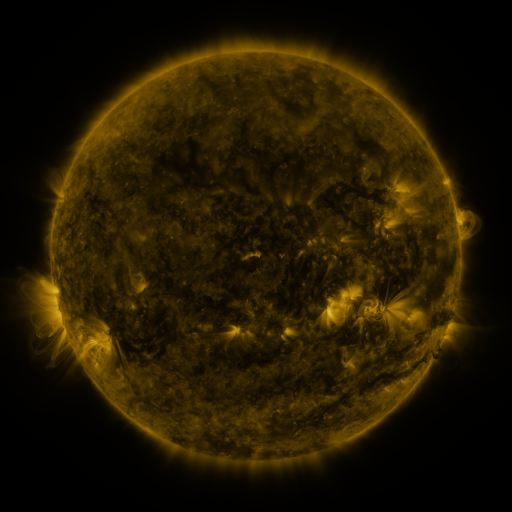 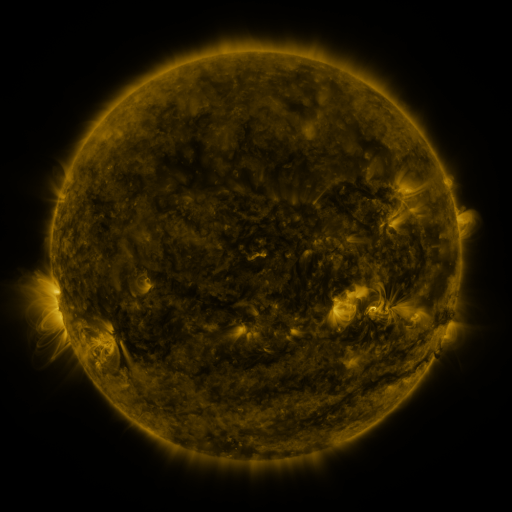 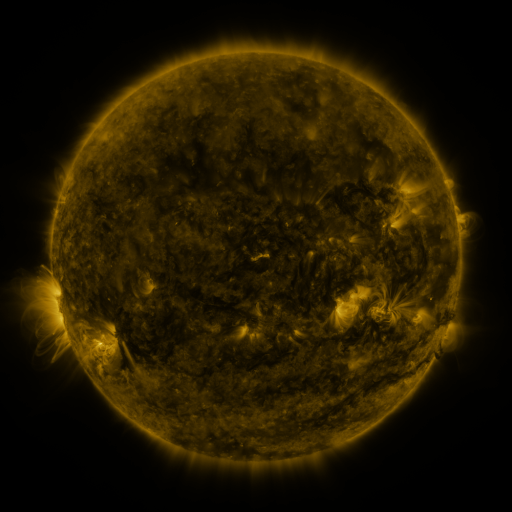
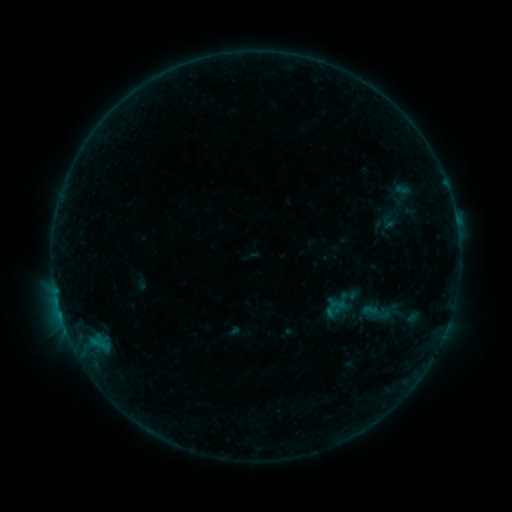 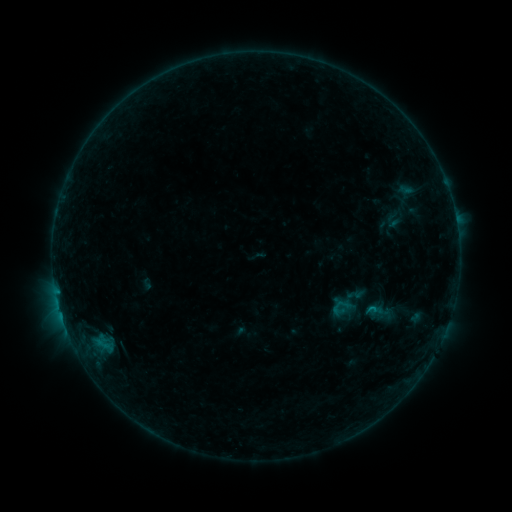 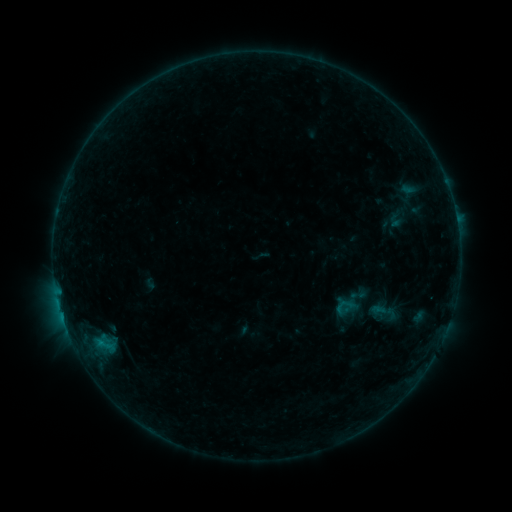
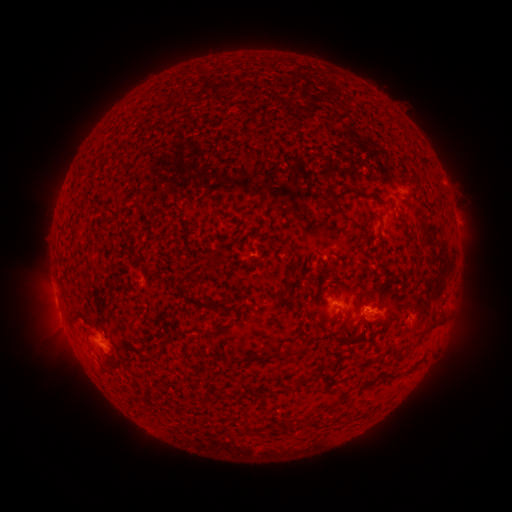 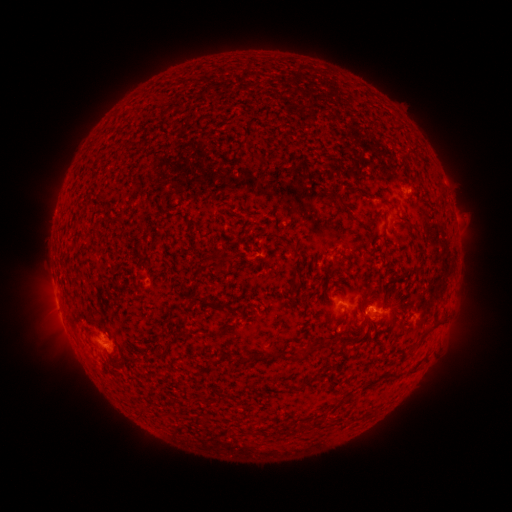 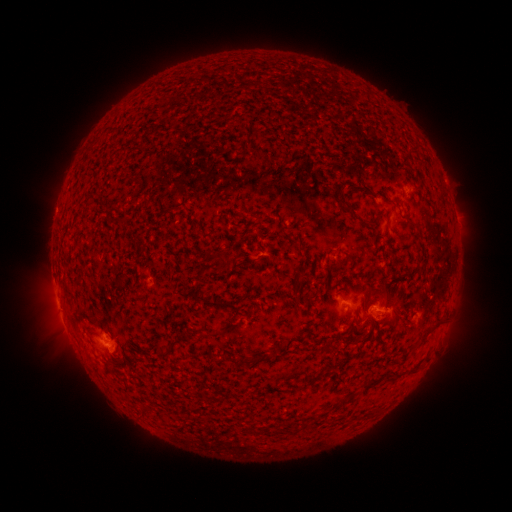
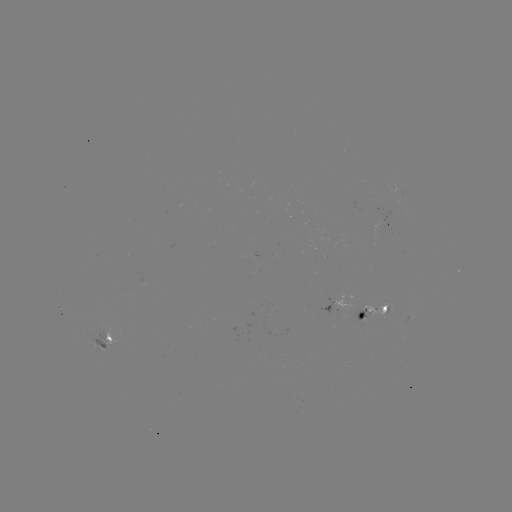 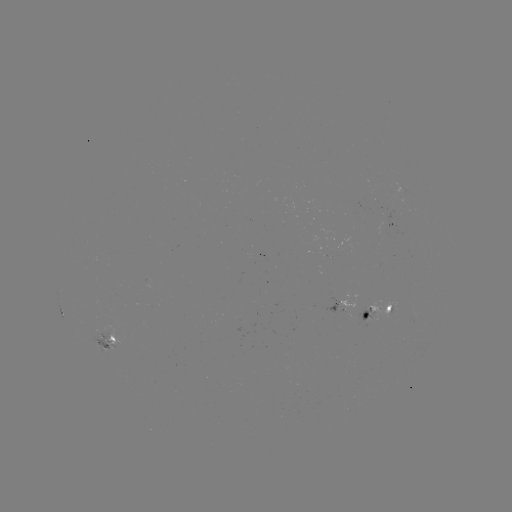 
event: emerging-flux region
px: (367, 317)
